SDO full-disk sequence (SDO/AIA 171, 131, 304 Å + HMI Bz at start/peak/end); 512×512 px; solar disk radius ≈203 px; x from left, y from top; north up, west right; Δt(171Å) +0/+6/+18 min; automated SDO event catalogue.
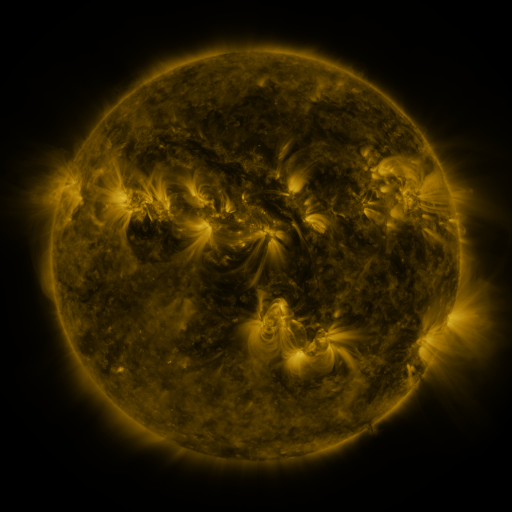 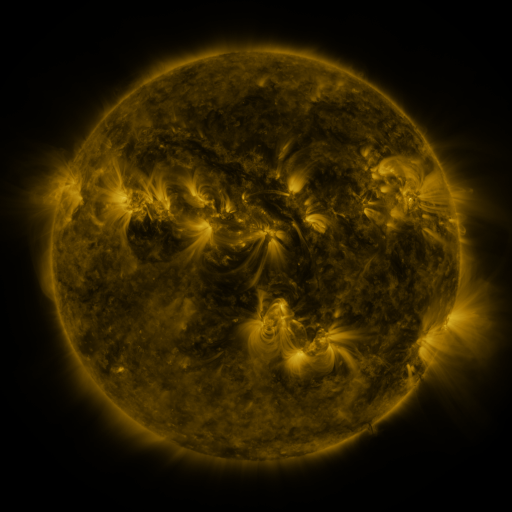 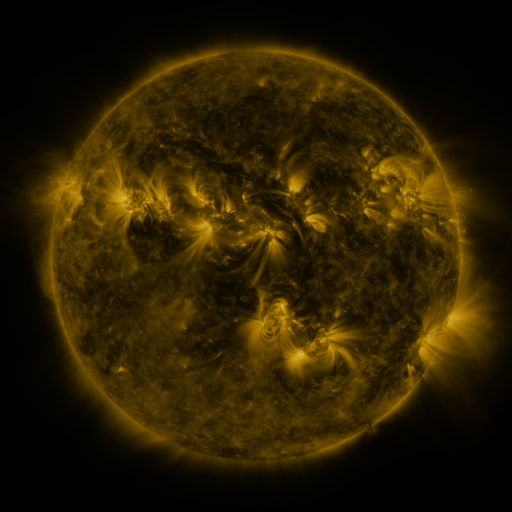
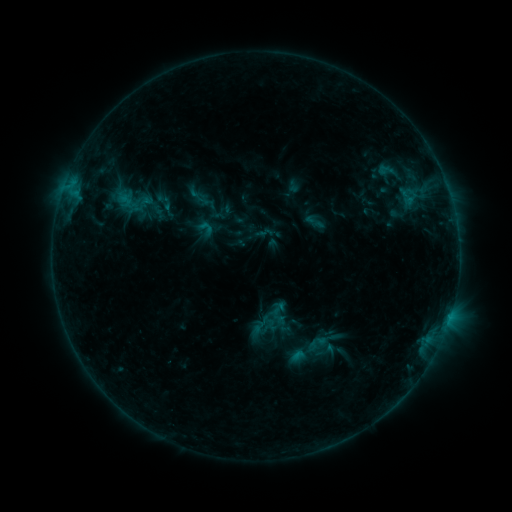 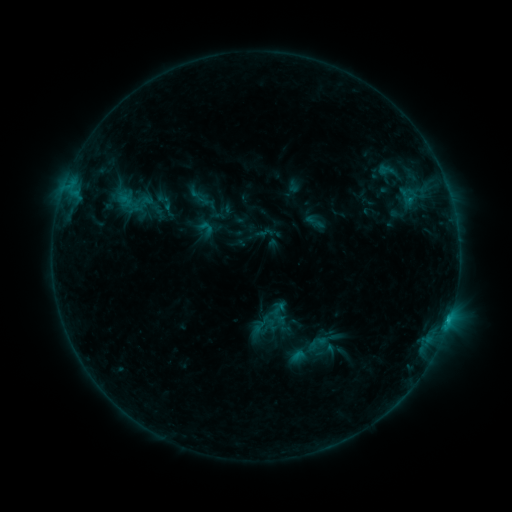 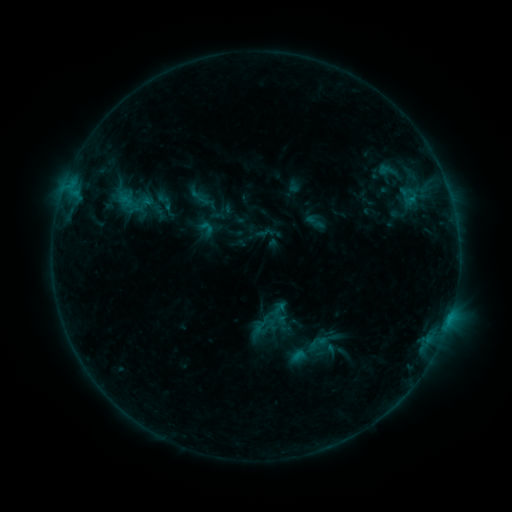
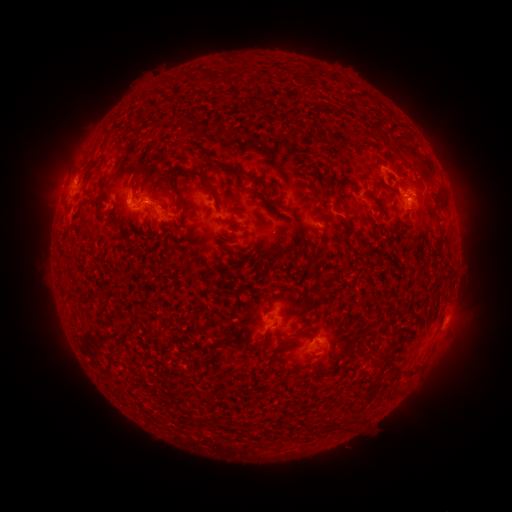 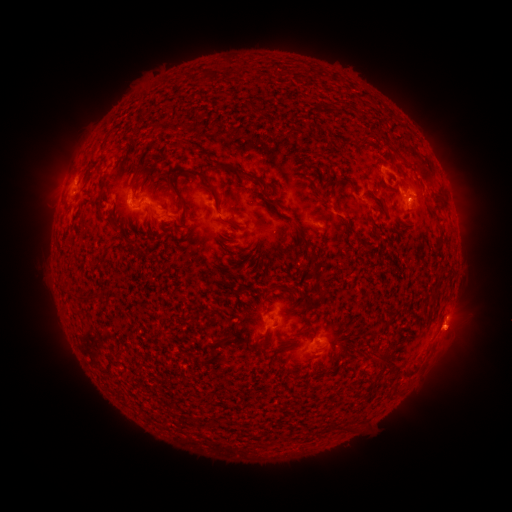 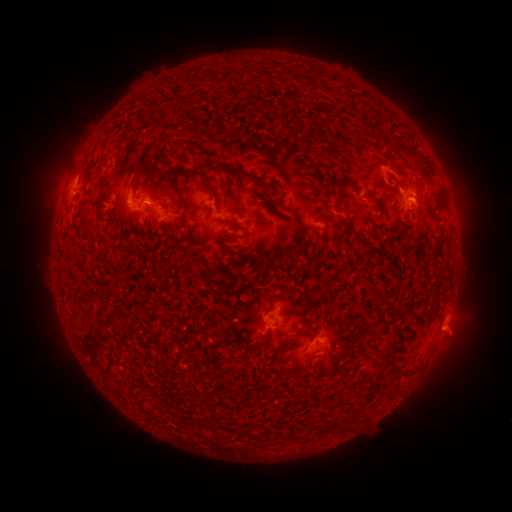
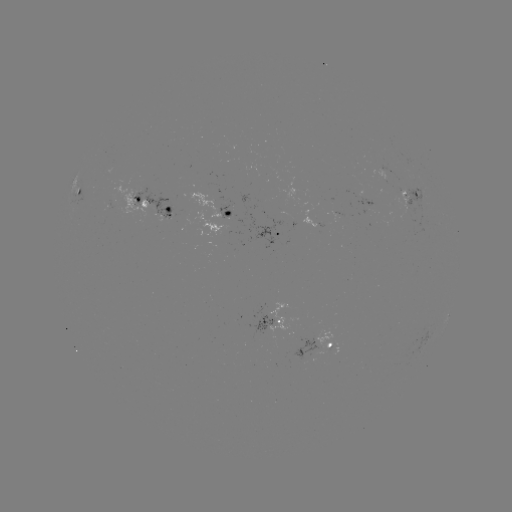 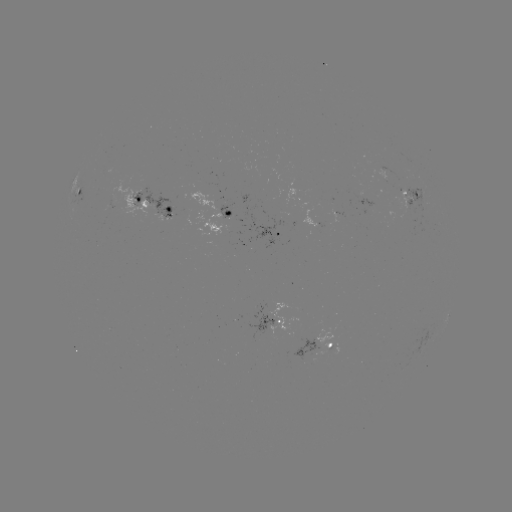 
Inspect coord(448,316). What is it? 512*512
B7.8 flare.